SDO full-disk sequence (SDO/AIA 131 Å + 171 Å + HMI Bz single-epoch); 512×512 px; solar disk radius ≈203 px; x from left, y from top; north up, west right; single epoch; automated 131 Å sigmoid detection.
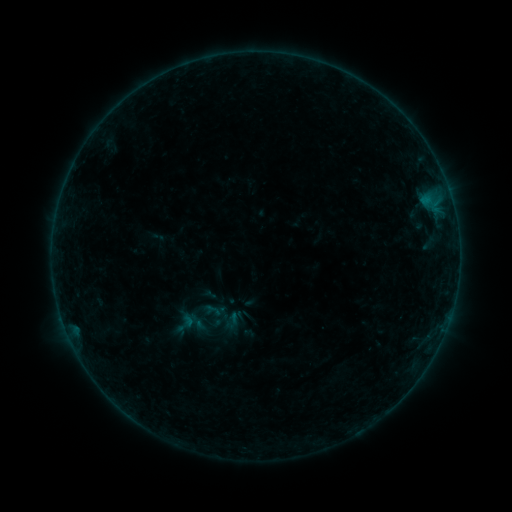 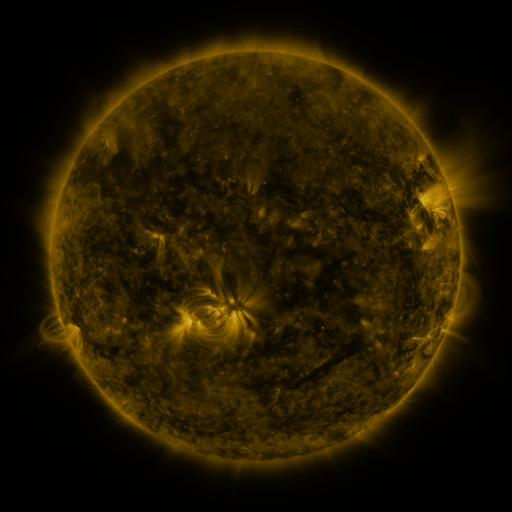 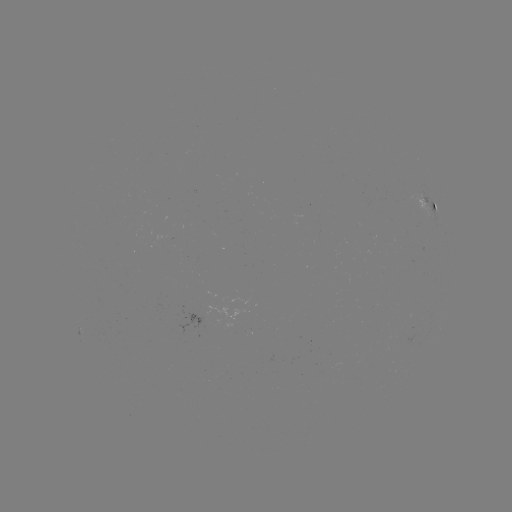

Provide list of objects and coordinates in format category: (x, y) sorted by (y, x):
sigmoid: (185, 323)
